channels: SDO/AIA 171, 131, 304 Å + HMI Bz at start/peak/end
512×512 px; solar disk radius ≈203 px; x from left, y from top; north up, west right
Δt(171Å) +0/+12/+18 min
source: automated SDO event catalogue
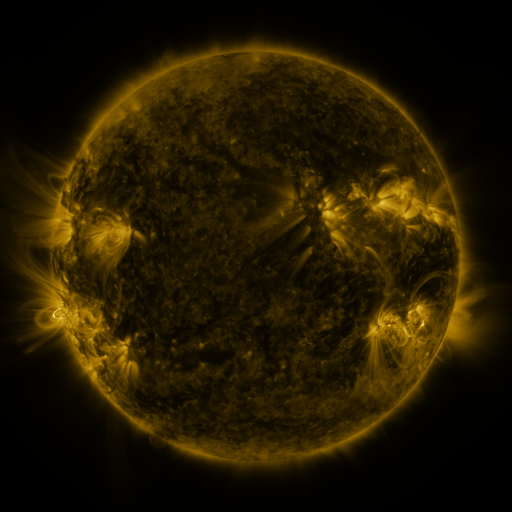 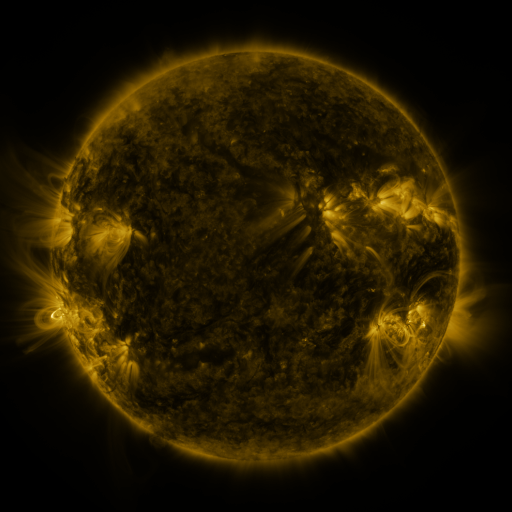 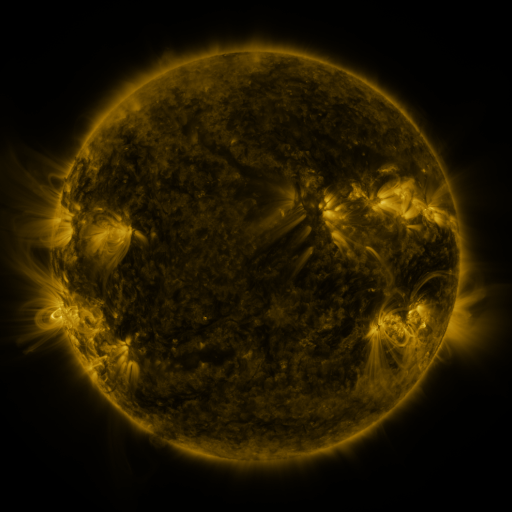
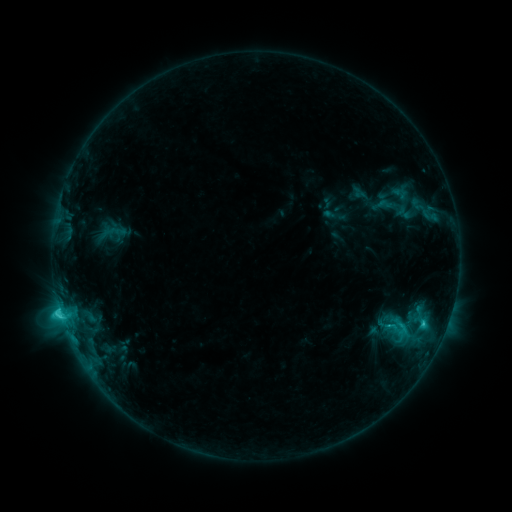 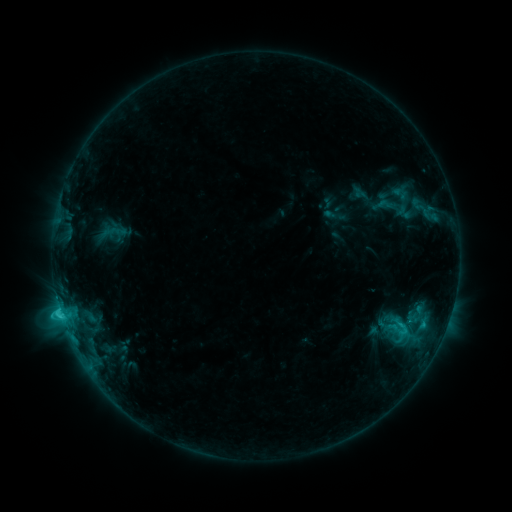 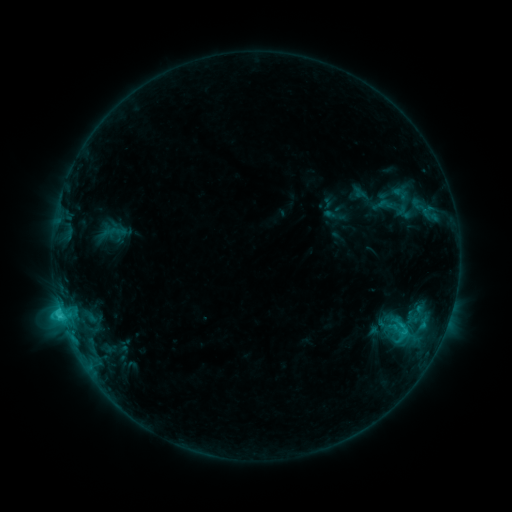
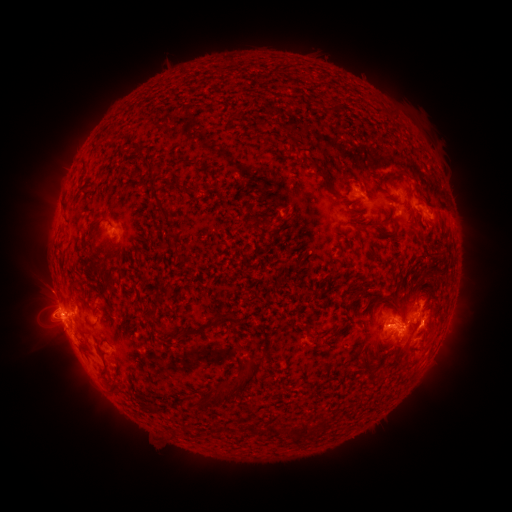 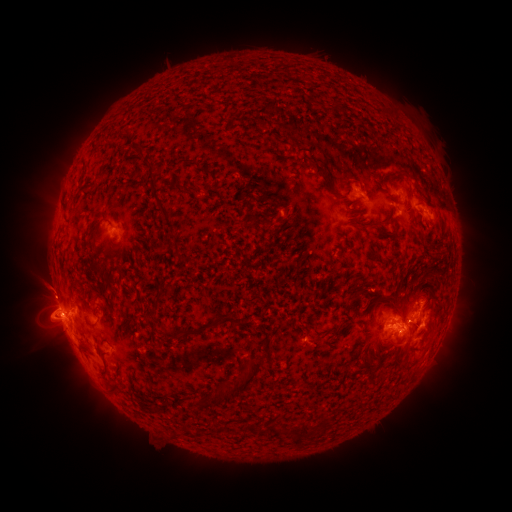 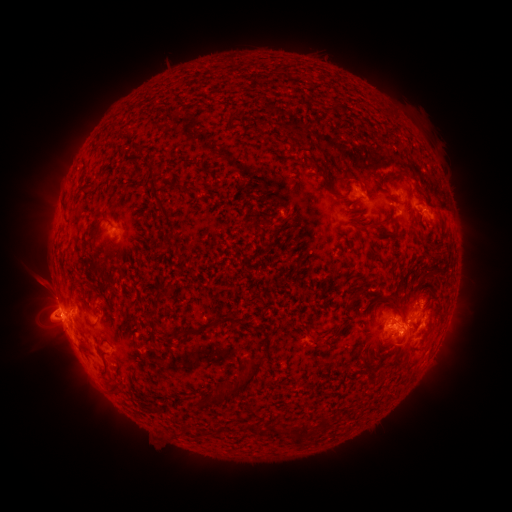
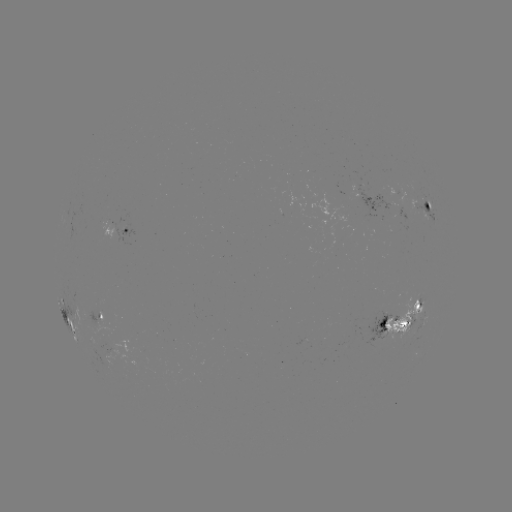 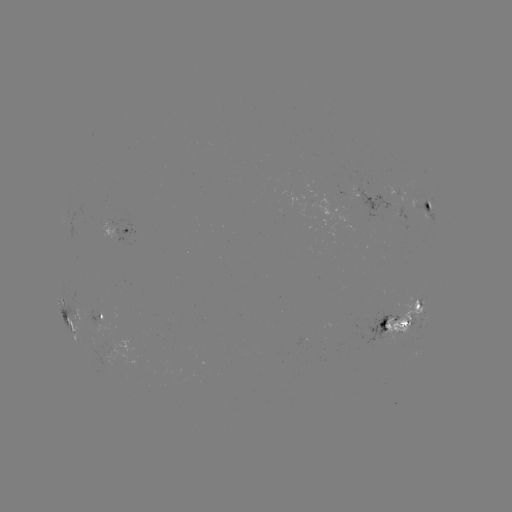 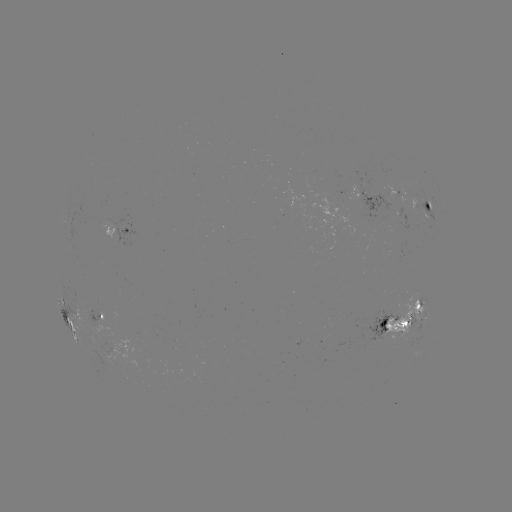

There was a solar eruption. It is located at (44, 288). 